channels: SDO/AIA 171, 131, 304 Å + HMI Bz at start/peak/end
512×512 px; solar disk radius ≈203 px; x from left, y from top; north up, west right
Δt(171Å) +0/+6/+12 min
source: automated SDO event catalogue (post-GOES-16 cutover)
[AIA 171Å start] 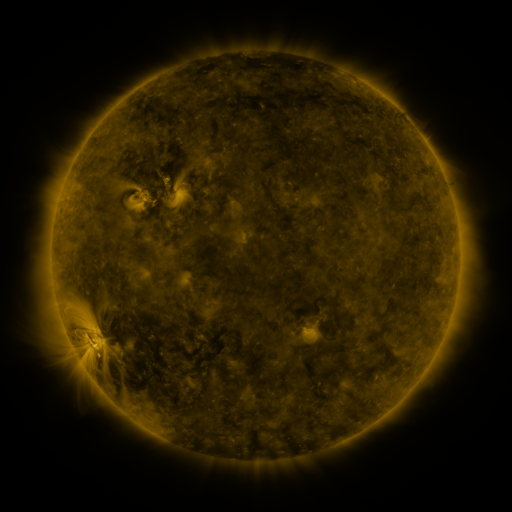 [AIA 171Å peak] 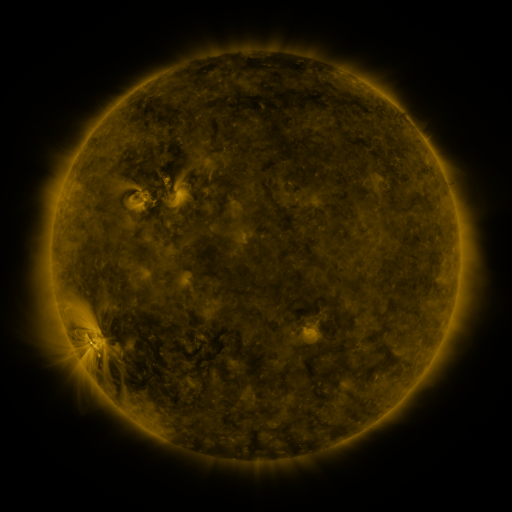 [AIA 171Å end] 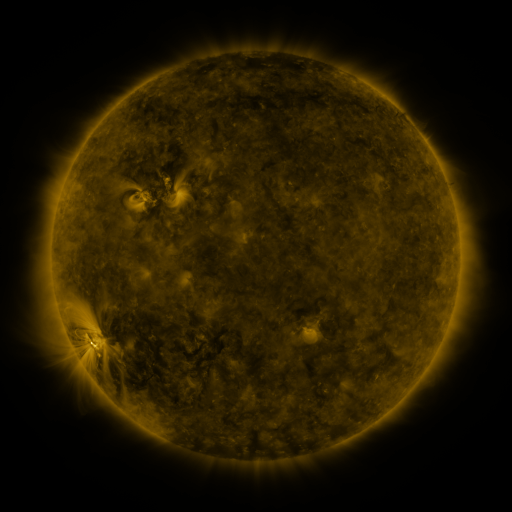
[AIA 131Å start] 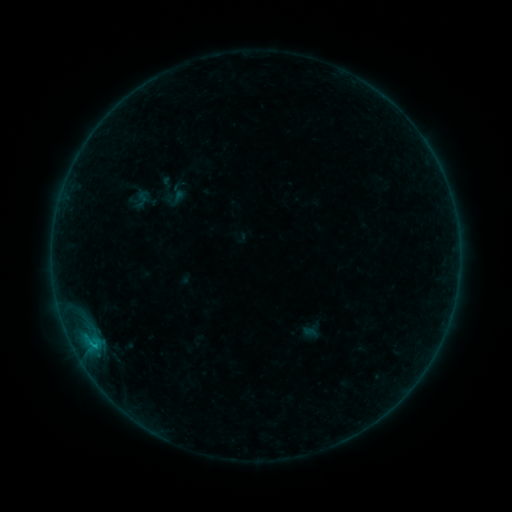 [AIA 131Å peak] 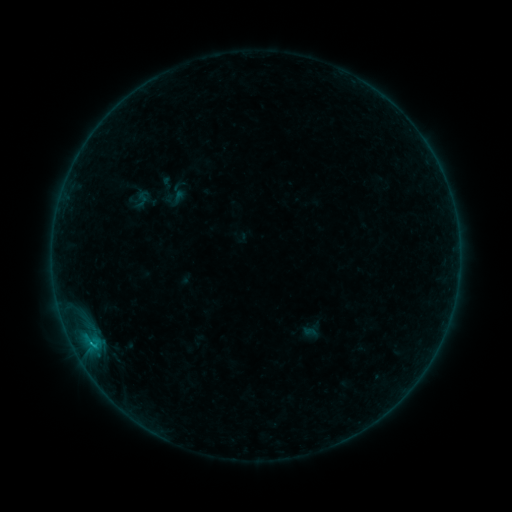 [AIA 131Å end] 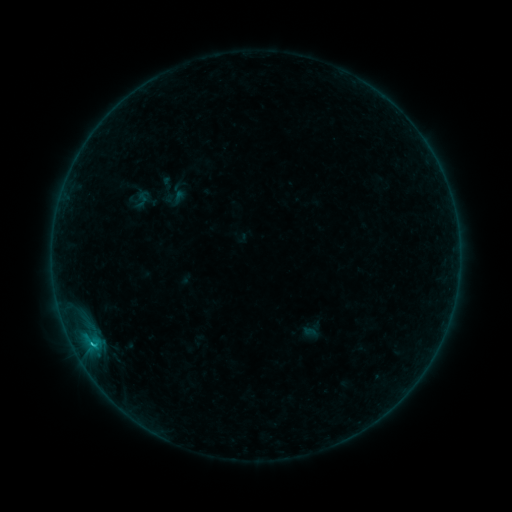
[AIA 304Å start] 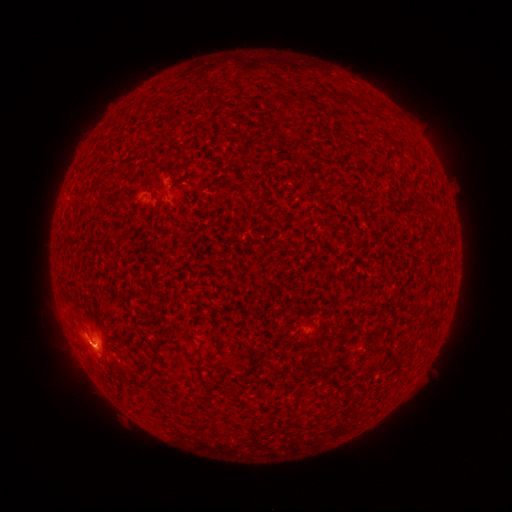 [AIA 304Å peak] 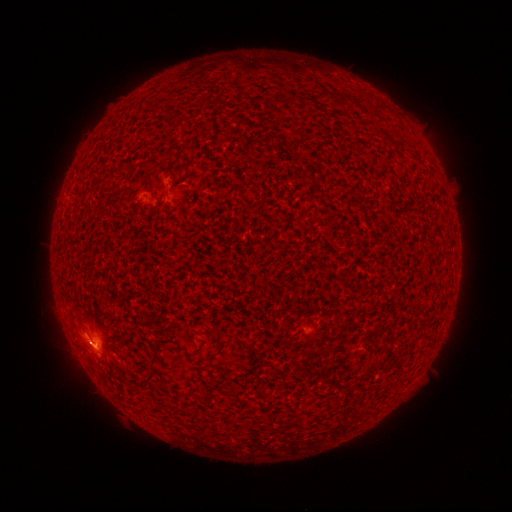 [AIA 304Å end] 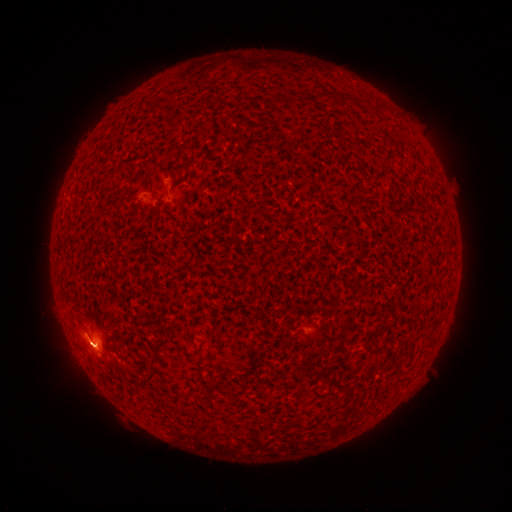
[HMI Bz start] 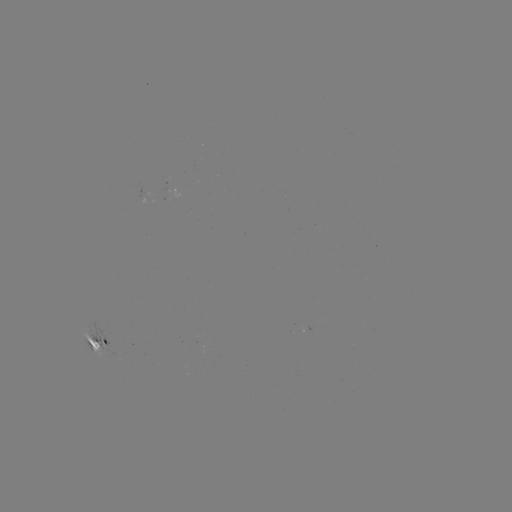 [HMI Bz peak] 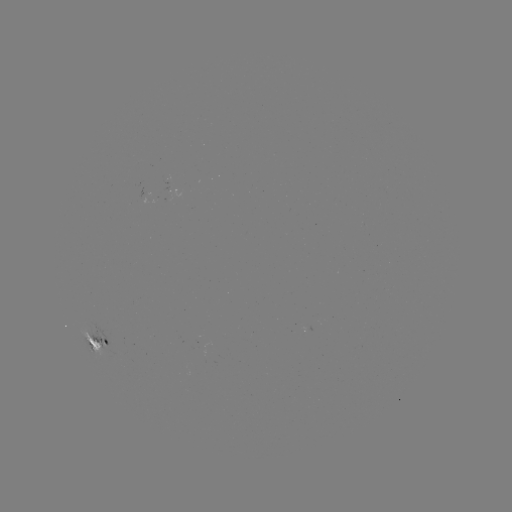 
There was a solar flare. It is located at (92, 341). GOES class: C1.0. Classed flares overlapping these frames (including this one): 1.